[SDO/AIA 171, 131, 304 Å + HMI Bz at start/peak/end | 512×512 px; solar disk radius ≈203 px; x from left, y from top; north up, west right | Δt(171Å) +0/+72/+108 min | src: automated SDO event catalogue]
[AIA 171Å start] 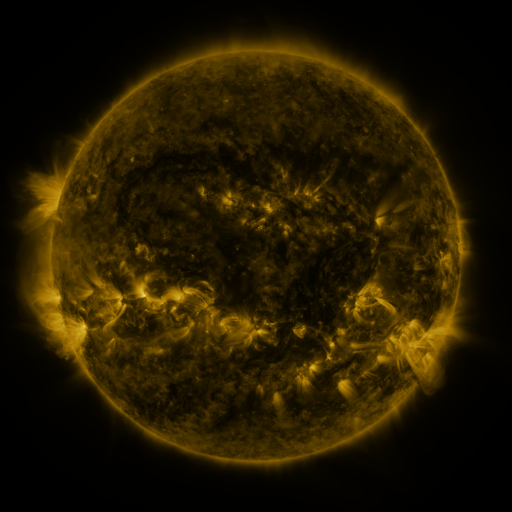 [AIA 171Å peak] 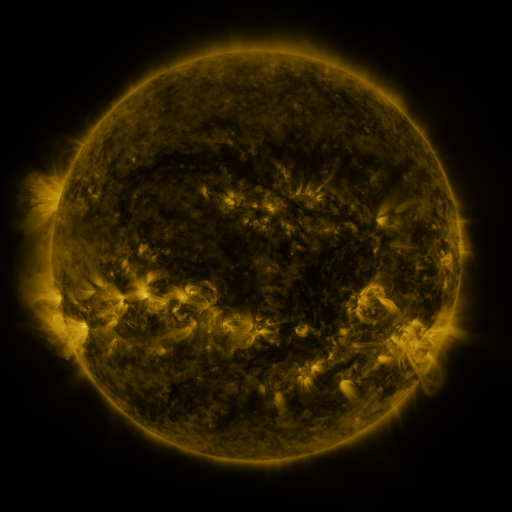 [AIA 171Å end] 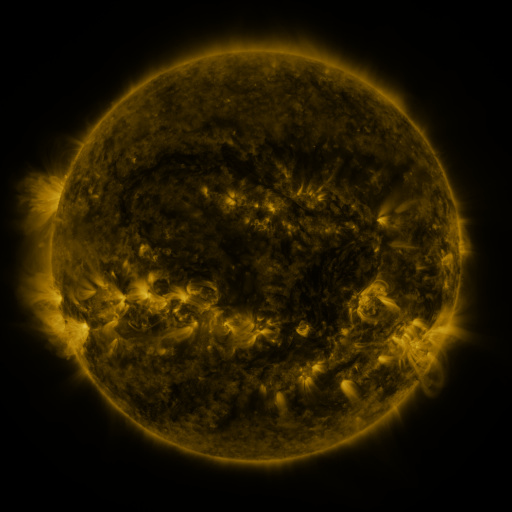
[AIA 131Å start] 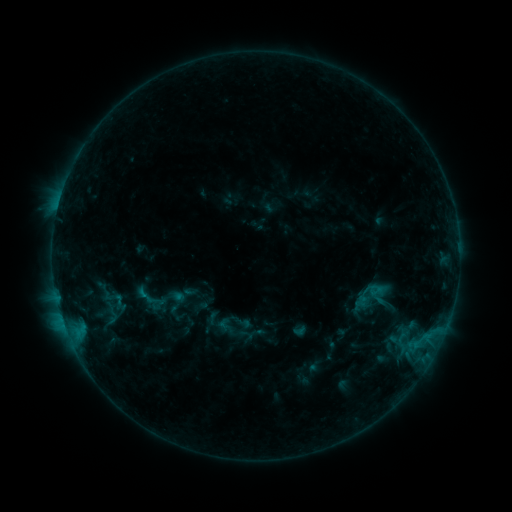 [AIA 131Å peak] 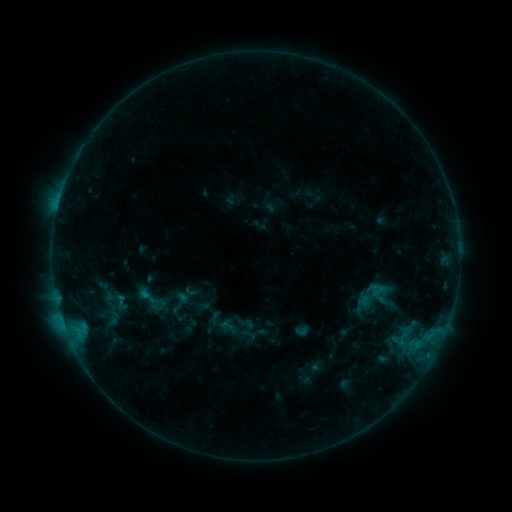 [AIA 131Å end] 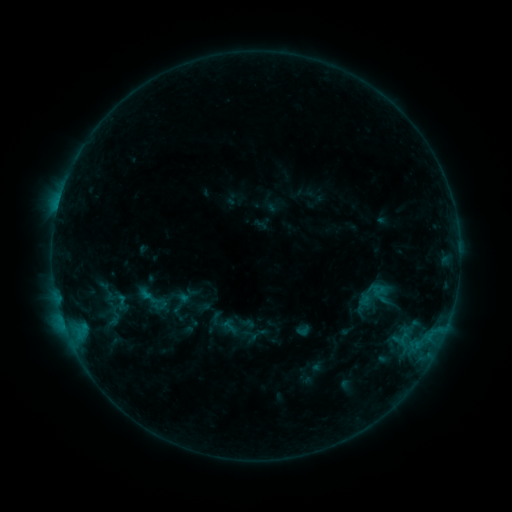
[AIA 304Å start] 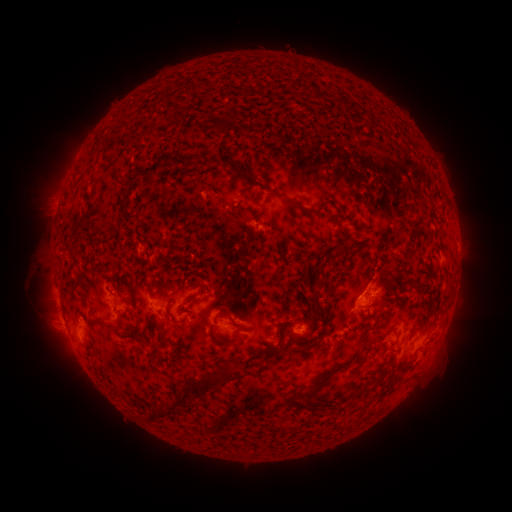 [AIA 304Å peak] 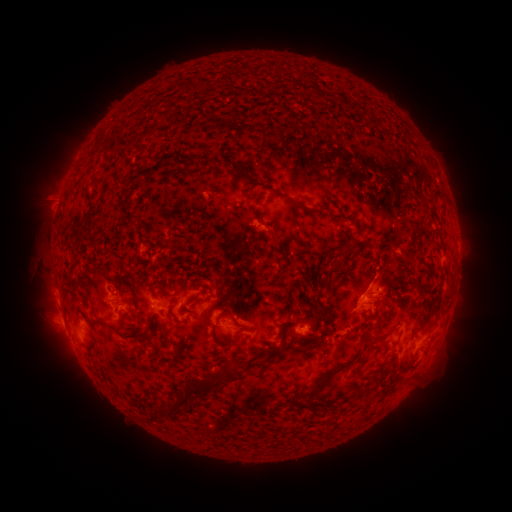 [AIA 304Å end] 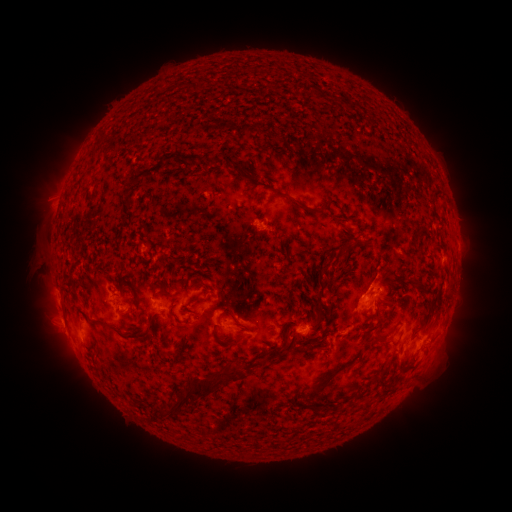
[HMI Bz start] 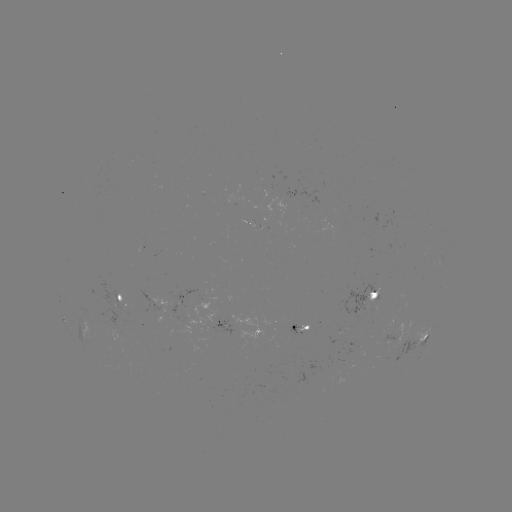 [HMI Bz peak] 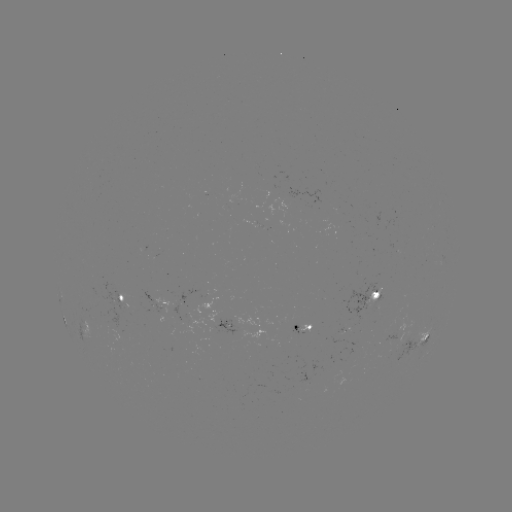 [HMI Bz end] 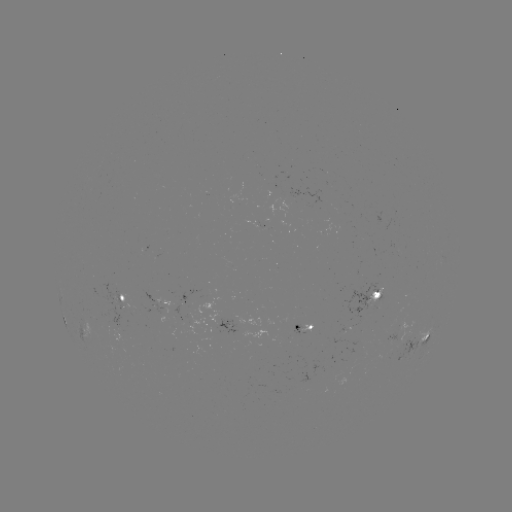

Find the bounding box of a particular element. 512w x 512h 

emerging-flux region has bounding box [394, 243, 405, 254].